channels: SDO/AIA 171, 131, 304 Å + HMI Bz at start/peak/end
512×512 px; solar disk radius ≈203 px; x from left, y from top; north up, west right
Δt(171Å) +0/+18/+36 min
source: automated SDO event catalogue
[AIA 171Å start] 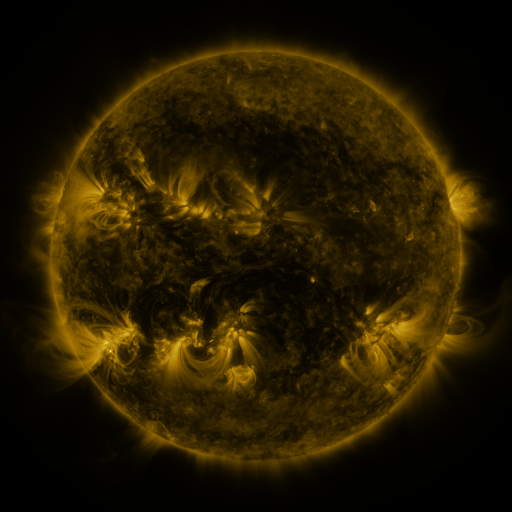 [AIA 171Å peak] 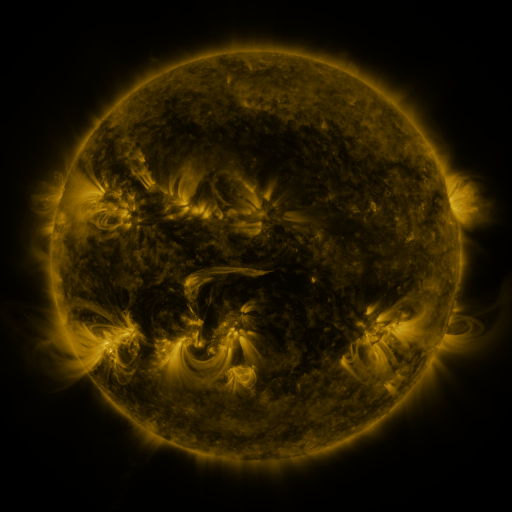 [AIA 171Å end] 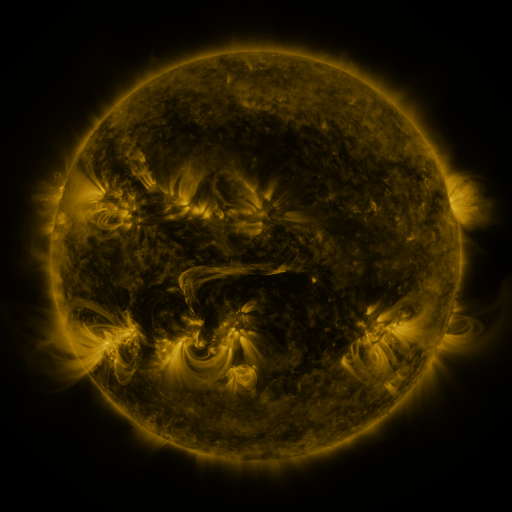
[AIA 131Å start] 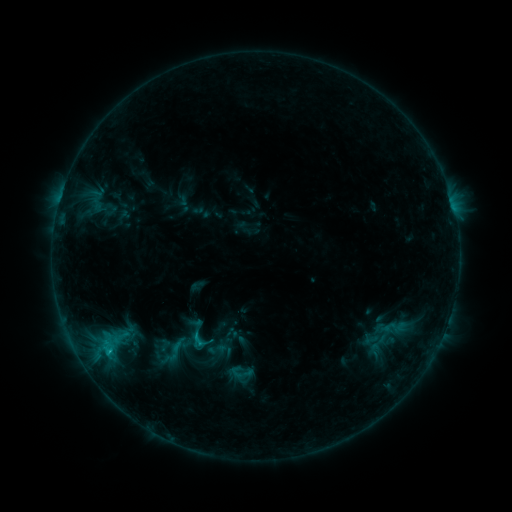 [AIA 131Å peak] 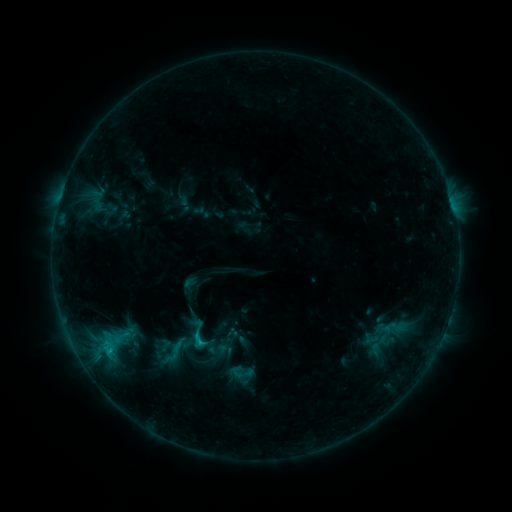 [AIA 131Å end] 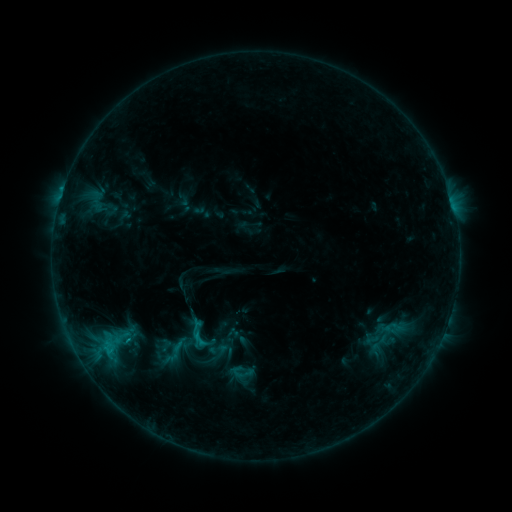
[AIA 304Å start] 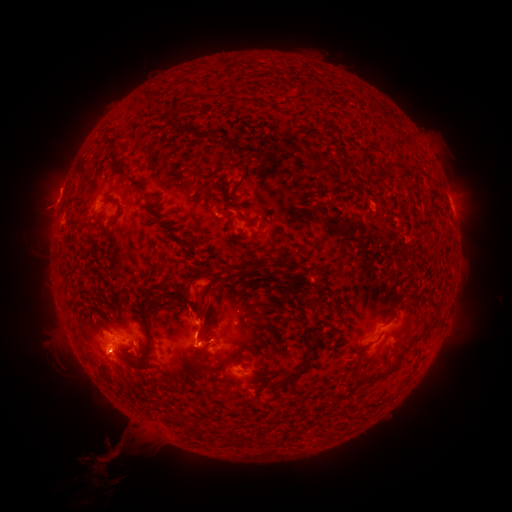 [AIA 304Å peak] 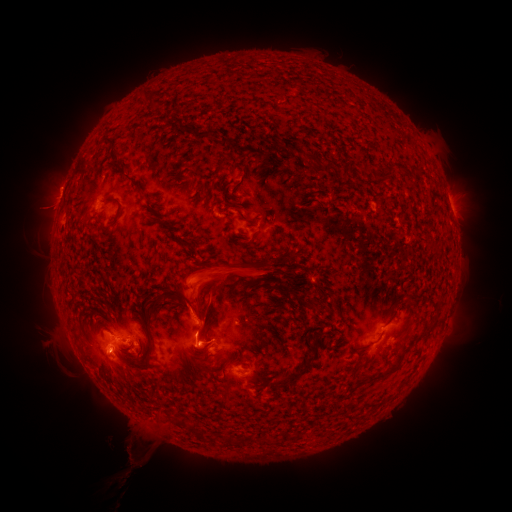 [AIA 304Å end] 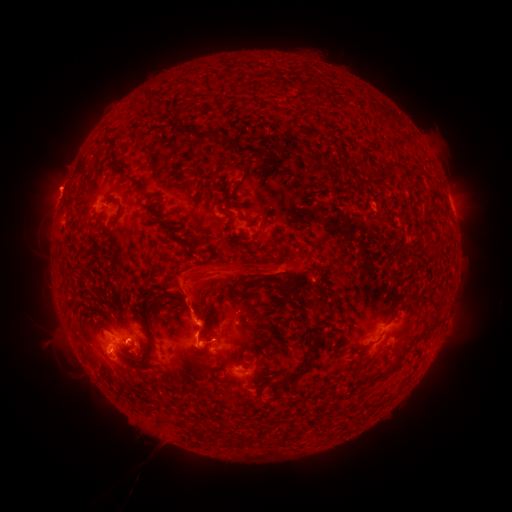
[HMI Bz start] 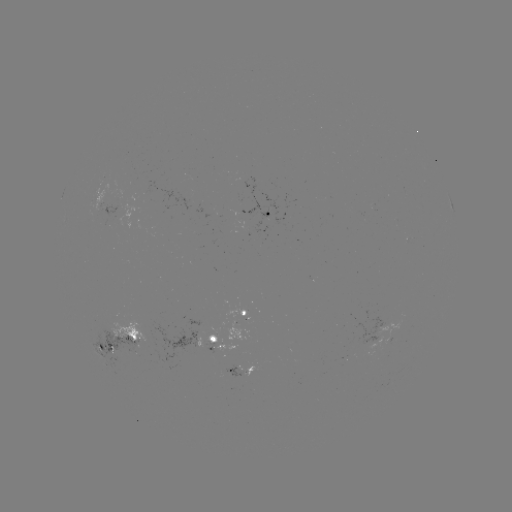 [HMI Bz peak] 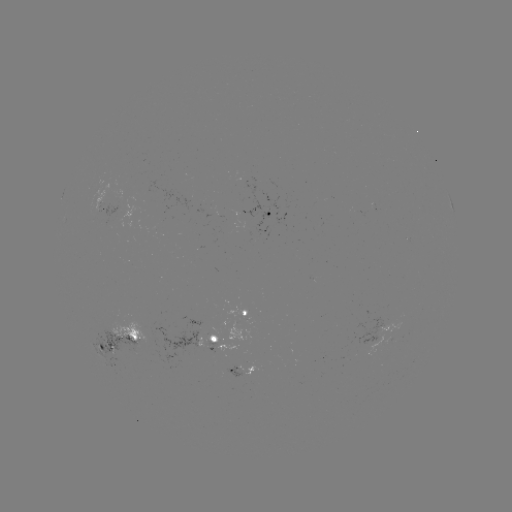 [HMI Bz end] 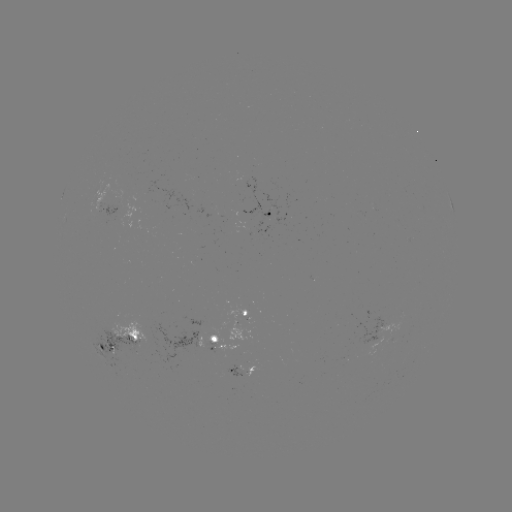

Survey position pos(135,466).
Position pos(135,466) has eruption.